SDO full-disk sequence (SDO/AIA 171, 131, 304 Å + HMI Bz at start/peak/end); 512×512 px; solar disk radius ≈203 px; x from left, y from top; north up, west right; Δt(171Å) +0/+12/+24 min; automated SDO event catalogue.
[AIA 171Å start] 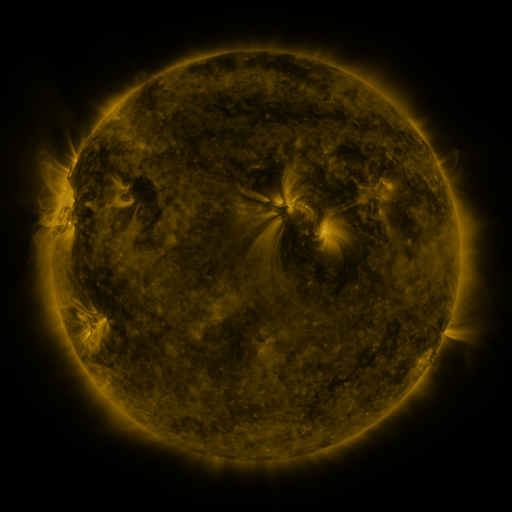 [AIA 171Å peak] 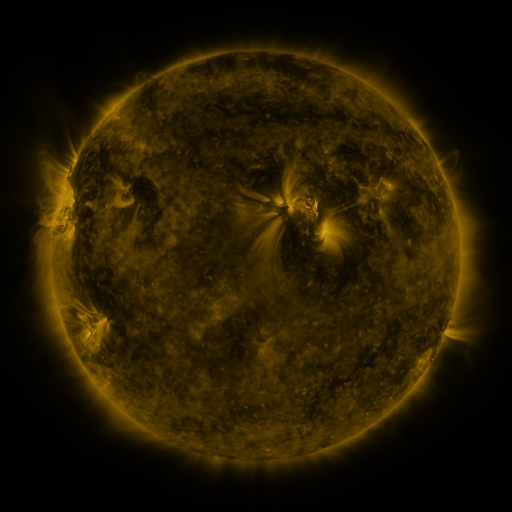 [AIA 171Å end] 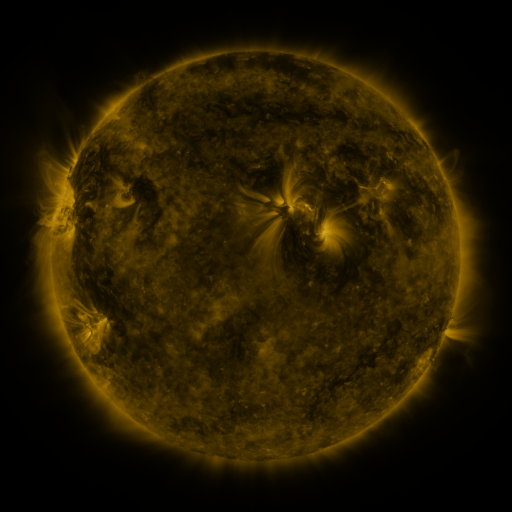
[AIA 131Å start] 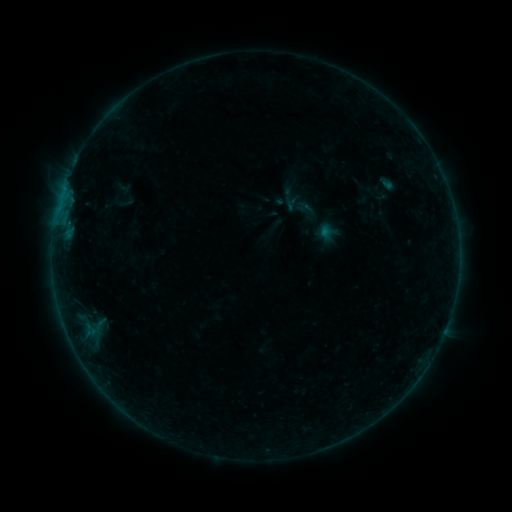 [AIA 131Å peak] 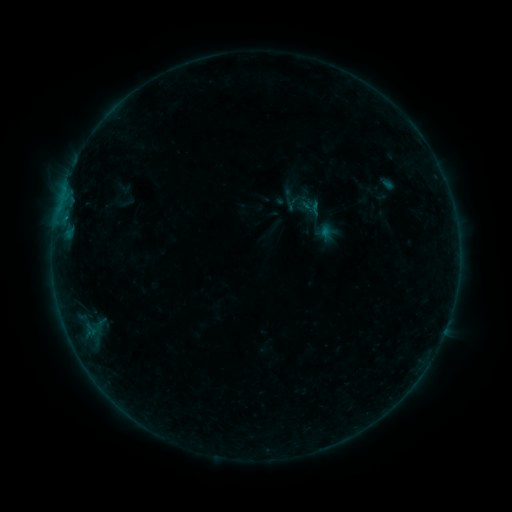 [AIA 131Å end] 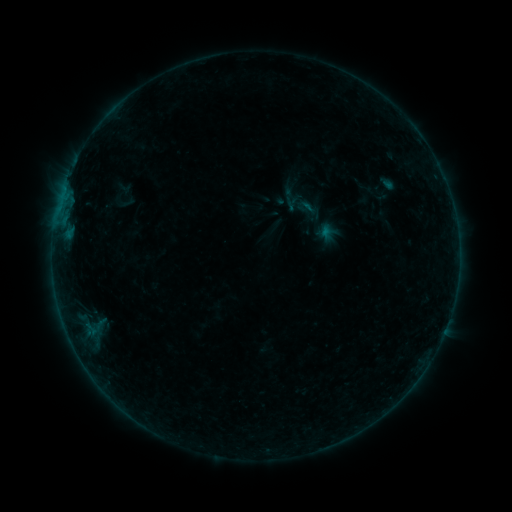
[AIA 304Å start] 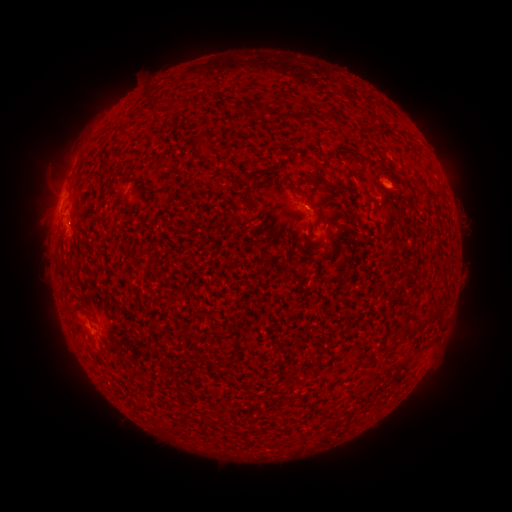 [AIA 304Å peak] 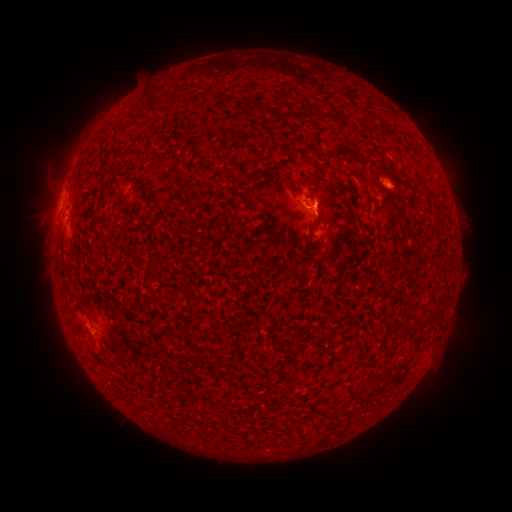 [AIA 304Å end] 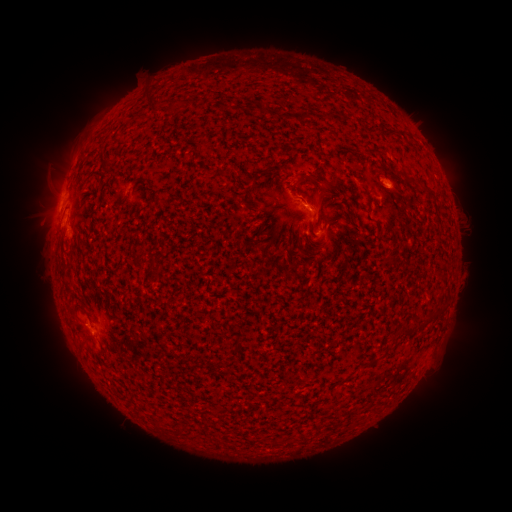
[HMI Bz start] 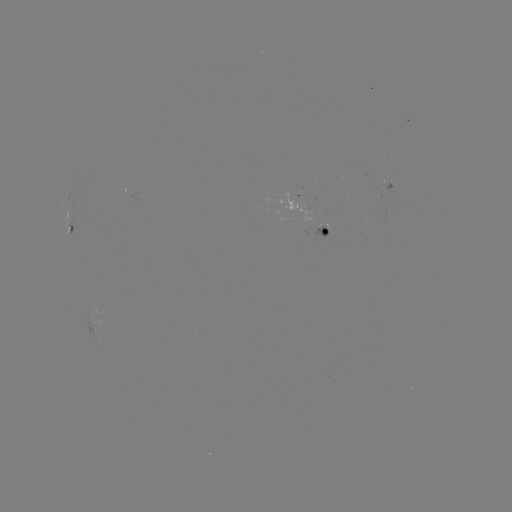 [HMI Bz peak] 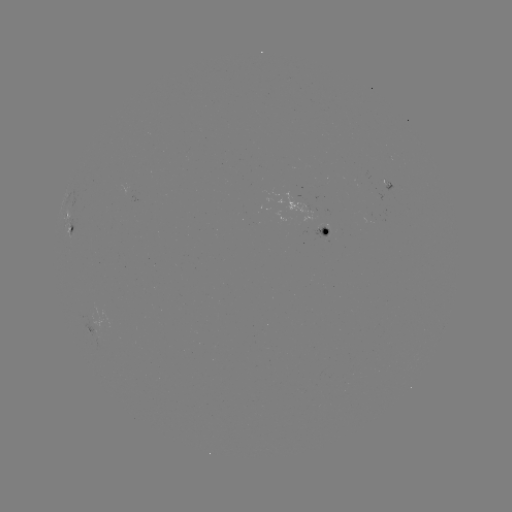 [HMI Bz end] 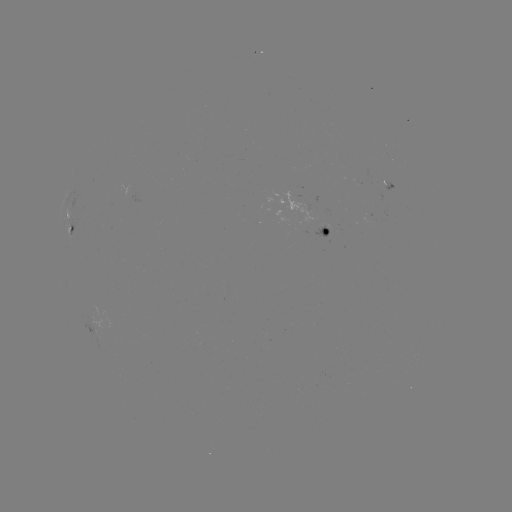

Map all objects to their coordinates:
eruption: (310, 197)
